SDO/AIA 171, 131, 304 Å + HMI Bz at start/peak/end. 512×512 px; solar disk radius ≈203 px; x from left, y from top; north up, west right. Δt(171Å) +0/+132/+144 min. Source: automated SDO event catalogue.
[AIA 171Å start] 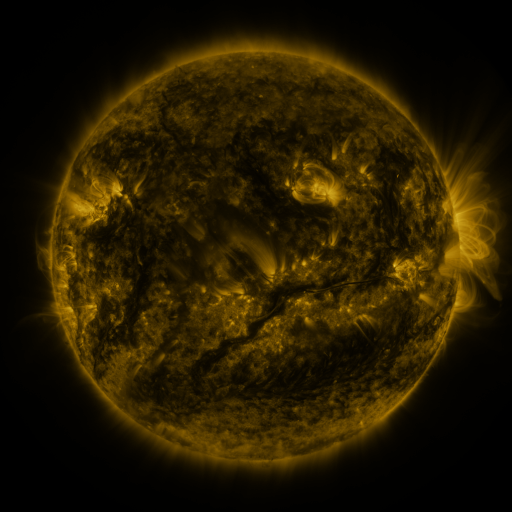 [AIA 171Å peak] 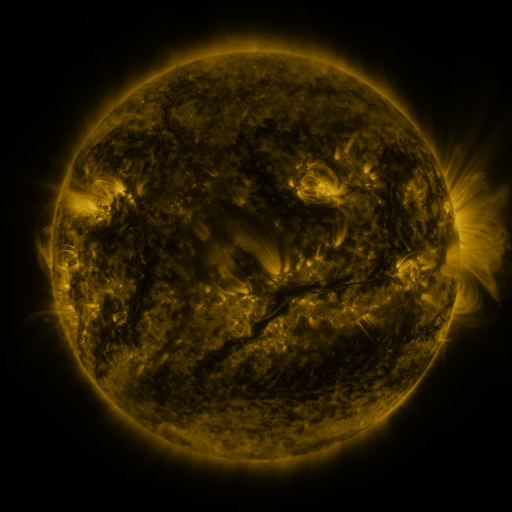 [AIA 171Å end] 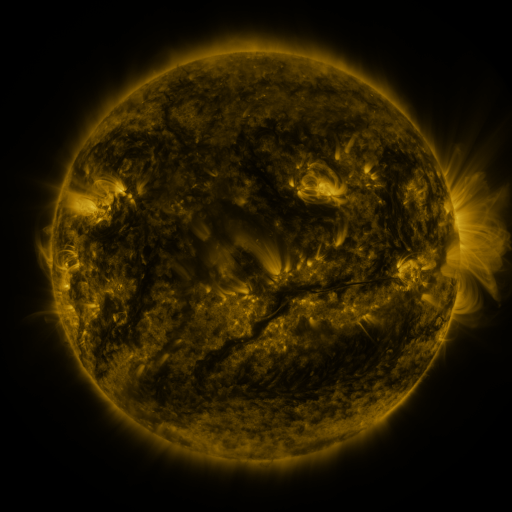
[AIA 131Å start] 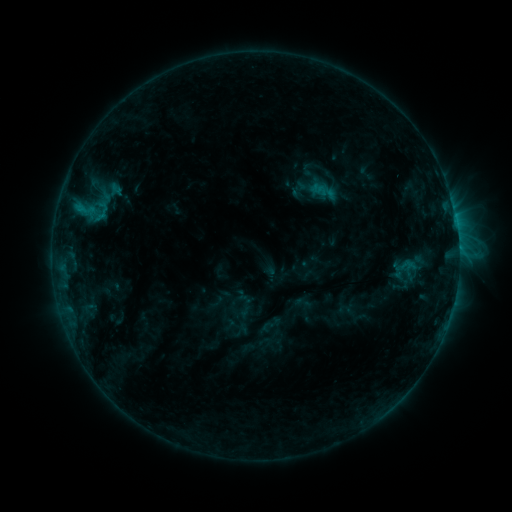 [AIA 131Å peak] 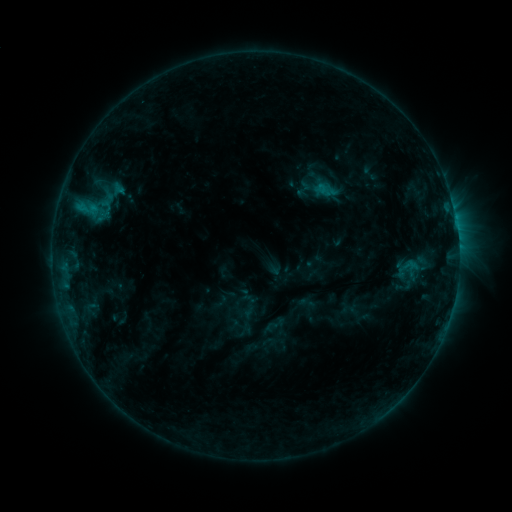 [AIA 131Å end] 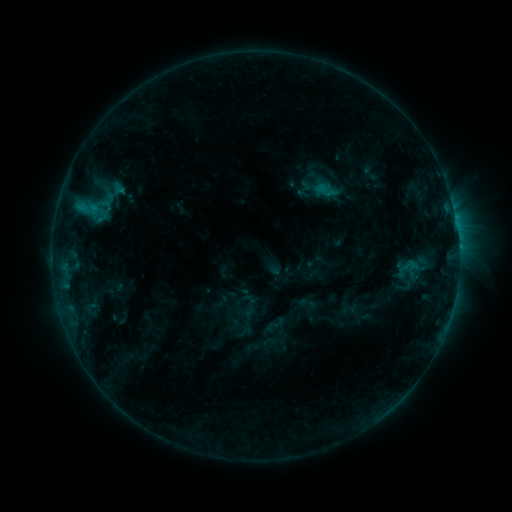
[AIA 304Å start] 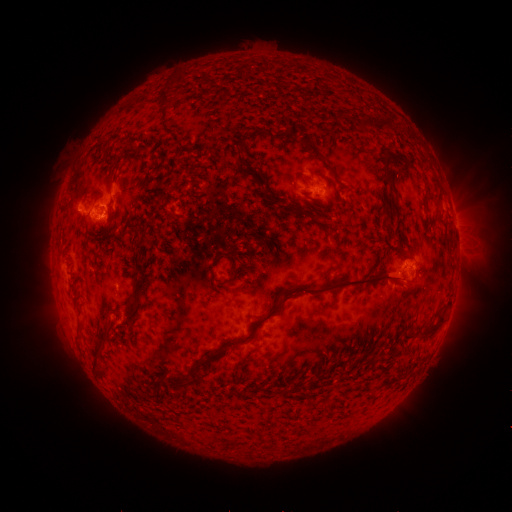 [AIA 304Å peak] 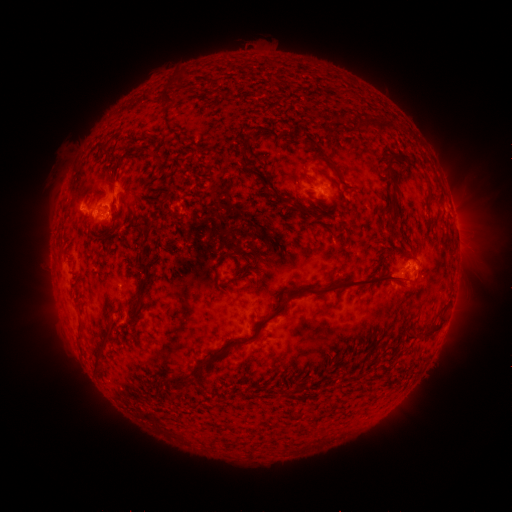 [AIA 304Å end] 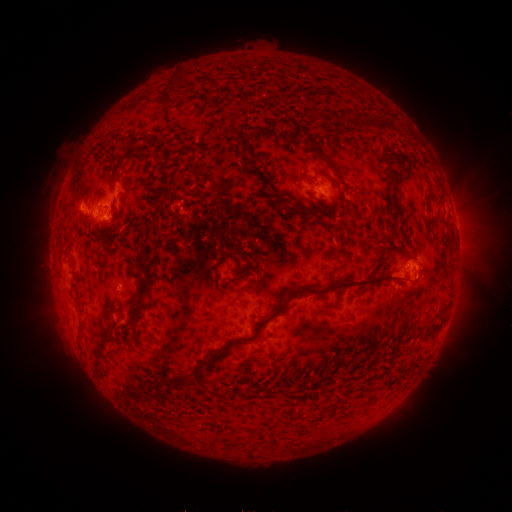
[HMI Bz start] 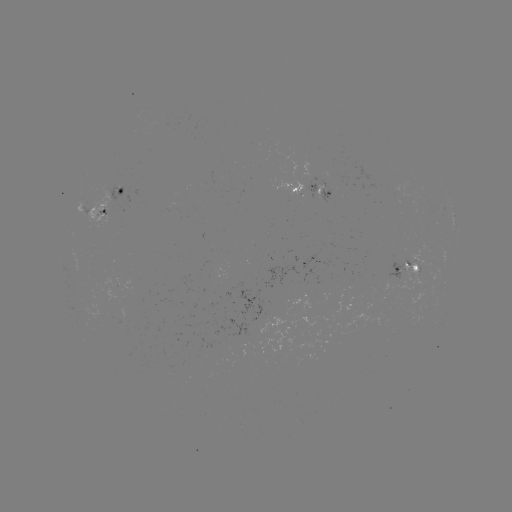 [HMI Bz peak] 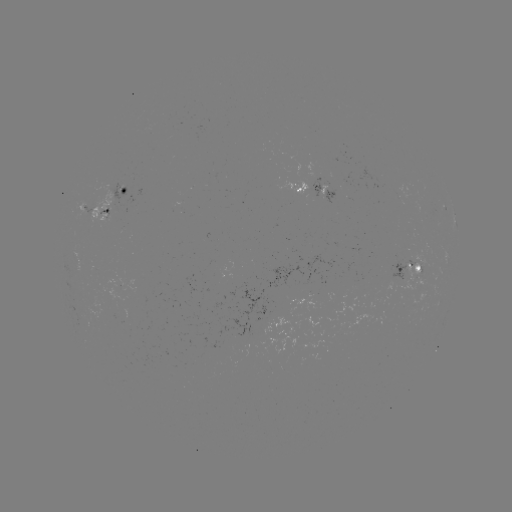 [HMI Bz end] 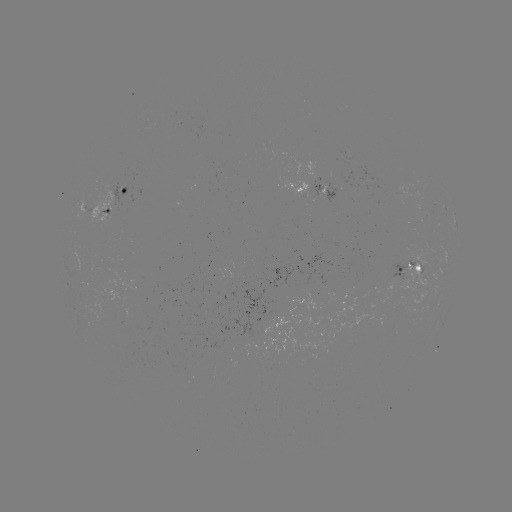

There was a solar emerging-flux region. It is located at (418, 275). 